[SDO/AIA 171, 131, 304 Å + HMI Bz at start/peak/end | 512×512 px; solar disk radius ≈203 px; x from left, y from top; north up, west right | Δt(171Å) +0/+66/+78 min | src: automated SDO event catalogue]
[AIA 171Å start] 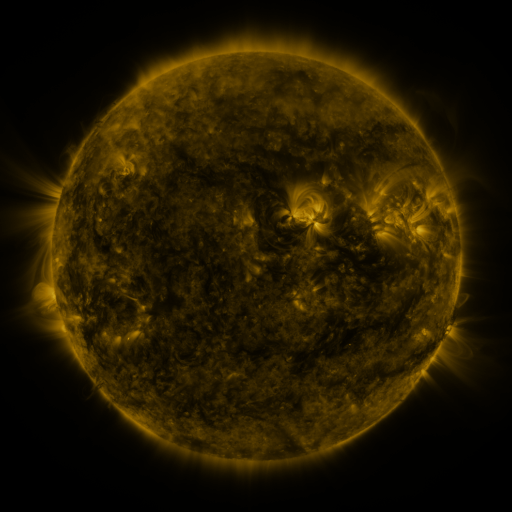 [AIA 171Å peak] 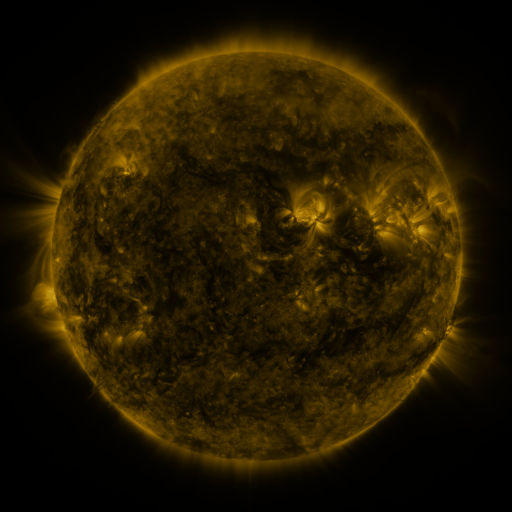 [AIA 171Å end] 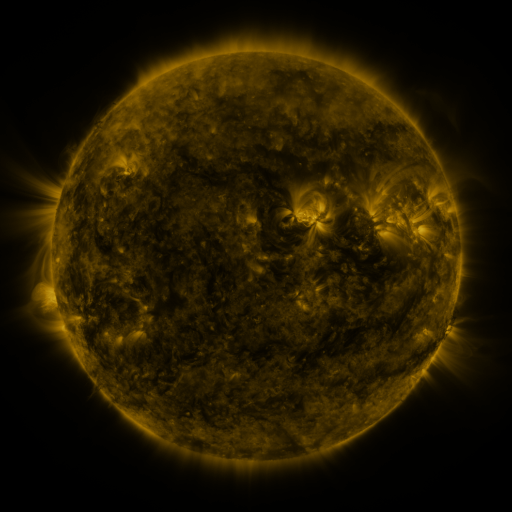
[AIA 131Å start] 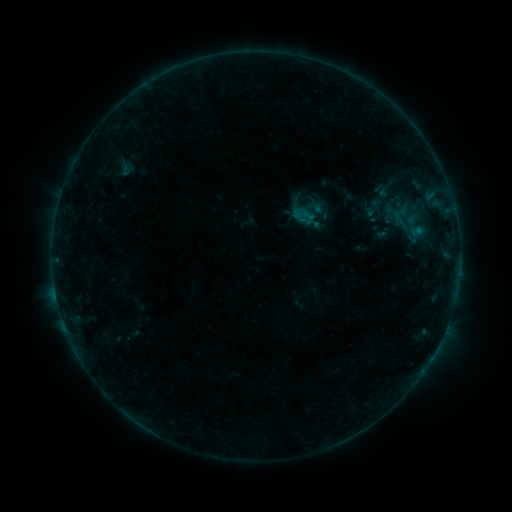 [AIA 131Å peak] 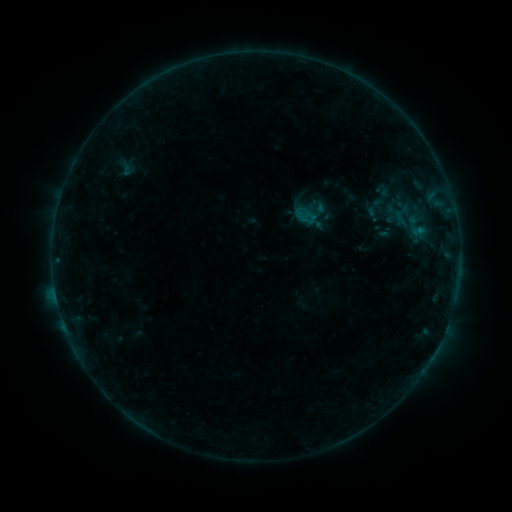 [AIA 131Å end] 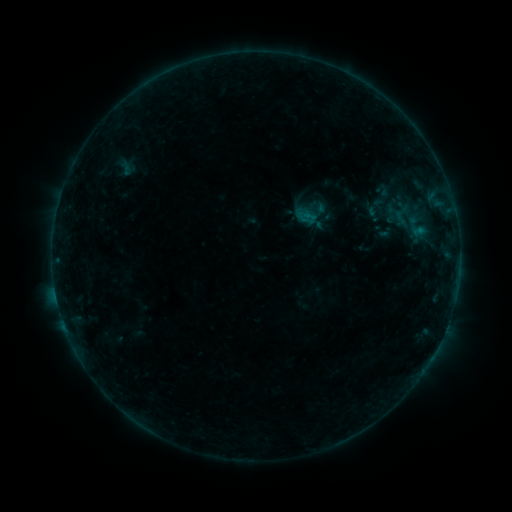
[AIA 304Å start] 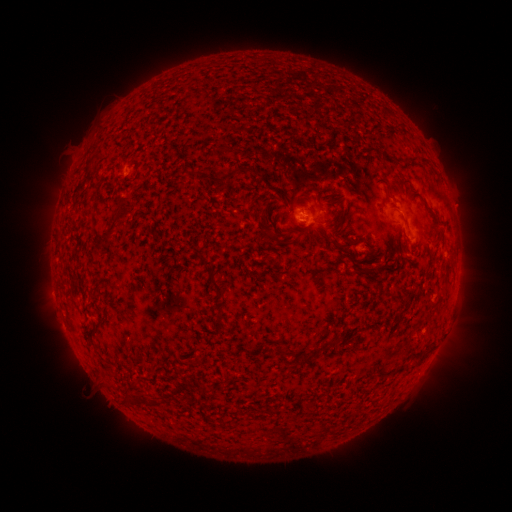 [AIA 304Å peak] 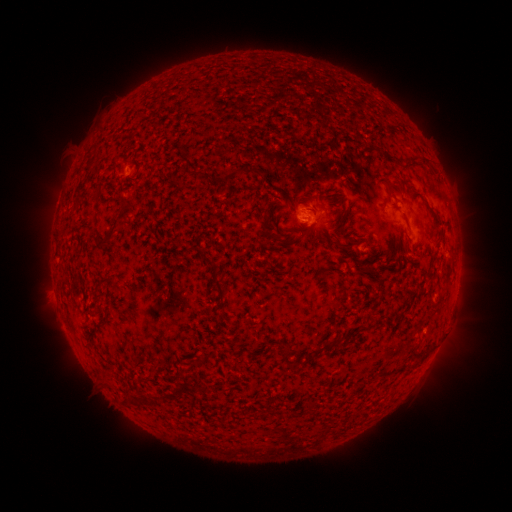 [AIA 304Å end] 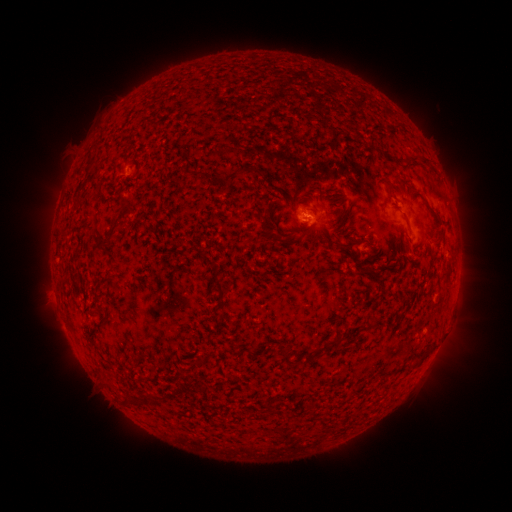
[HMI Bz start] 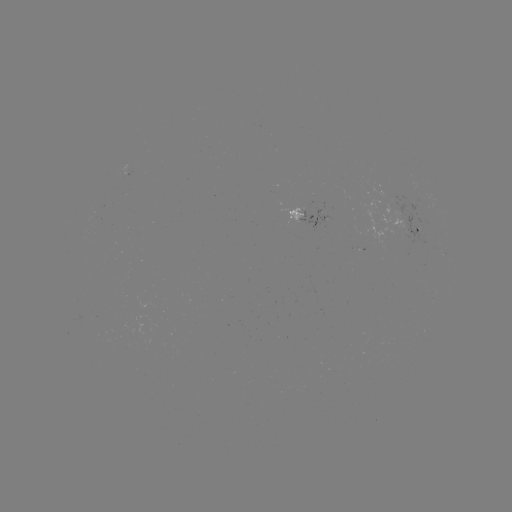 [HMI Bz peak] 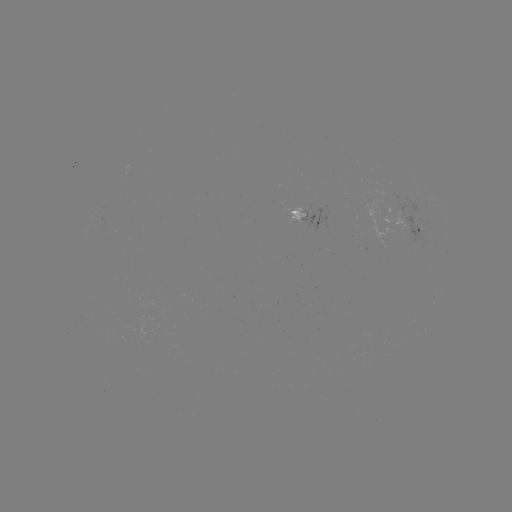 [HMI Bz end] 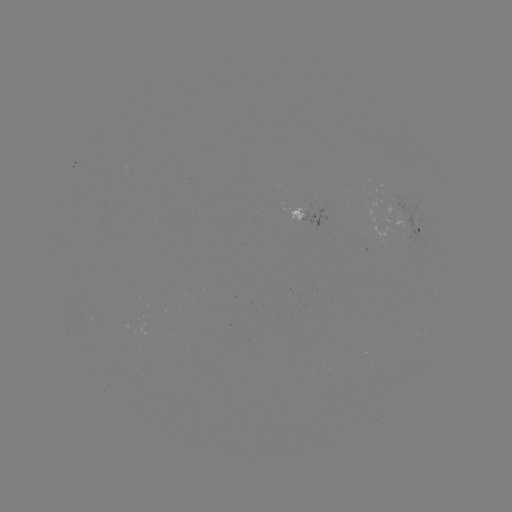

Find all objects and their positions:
emerging-flux region: (421, 224)
